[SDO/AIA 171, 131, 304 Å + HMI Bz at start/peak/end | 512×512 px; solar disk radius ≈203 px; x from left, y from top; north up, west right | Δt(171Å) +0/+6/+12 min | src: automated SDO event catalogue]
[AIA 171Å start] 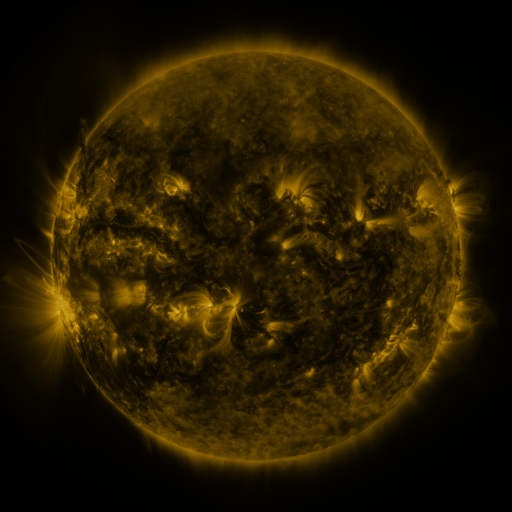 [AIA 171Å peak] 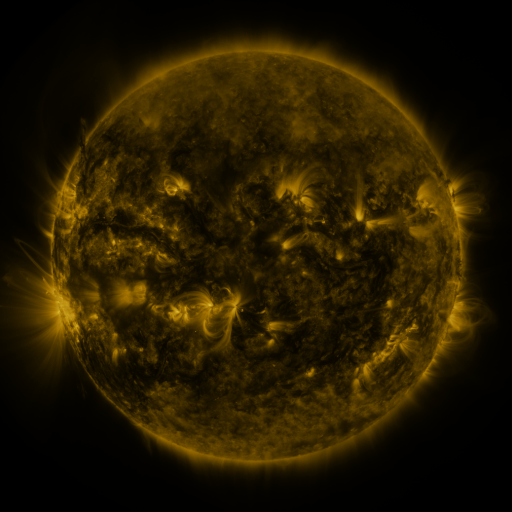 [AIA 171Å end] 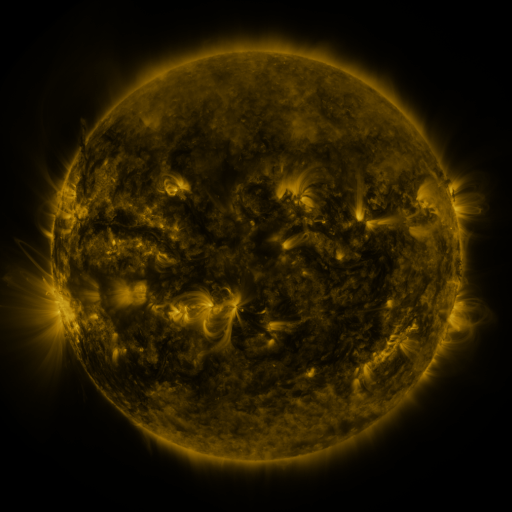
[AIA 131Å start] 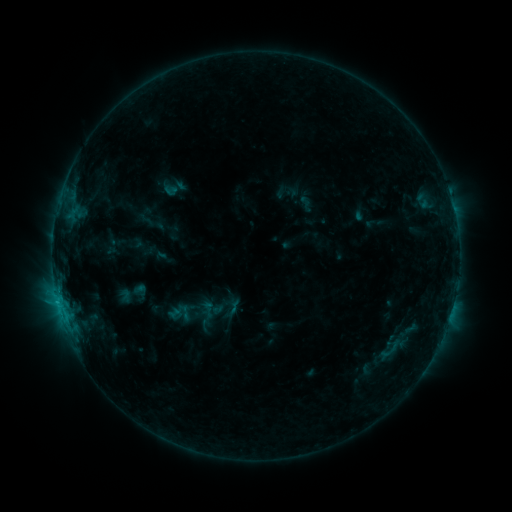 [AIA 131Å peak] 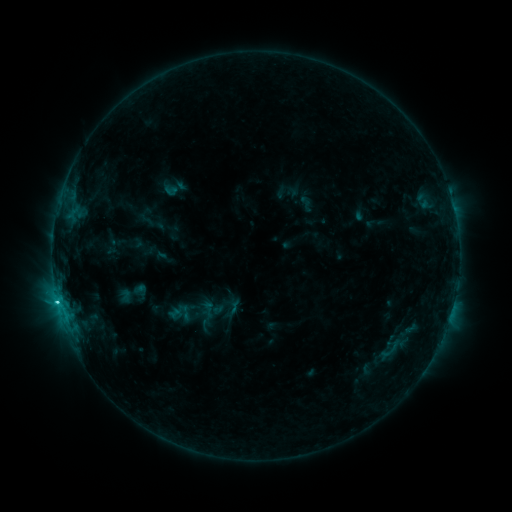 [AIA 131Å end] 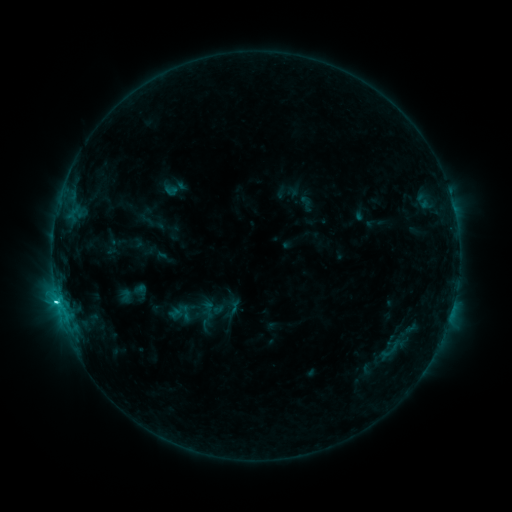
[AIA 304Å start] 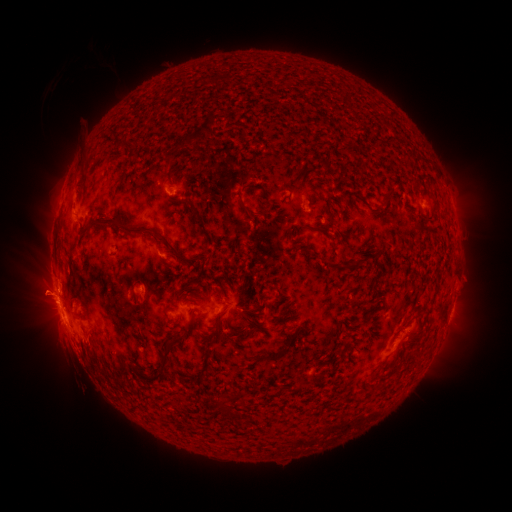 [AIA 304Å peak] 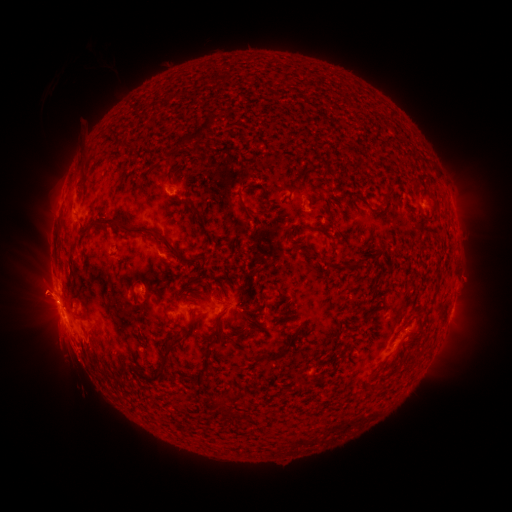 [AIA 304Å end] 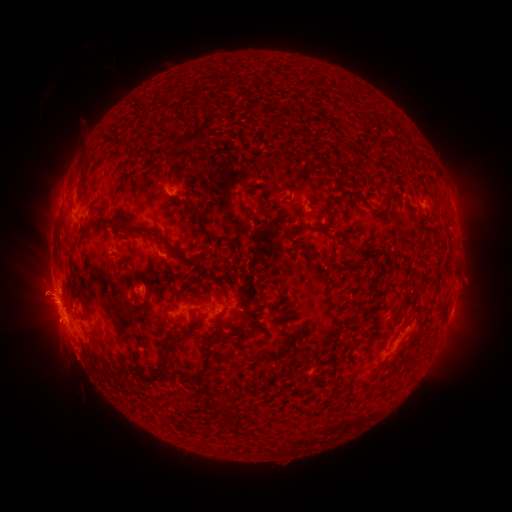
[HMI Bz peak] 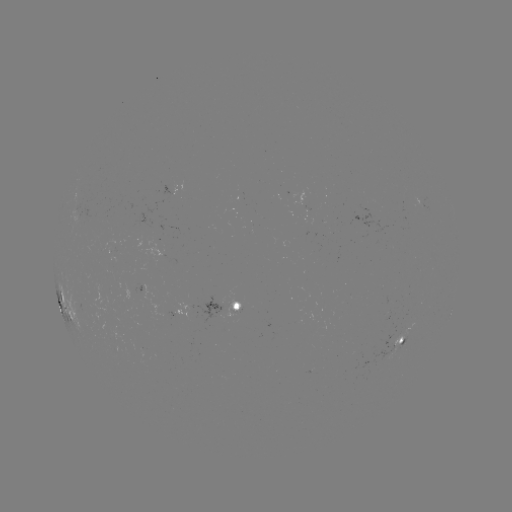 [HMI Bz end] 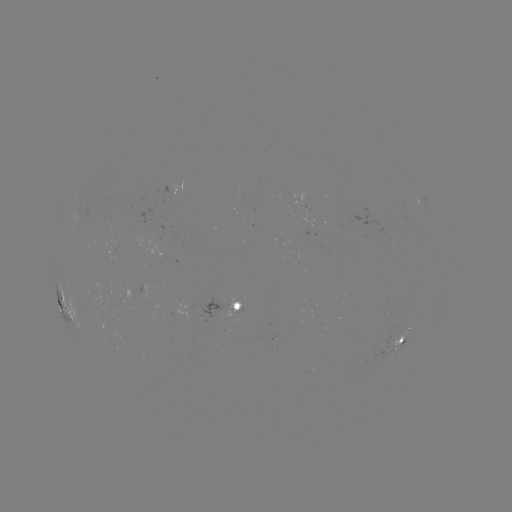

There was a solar flare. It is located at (58, 302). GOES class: C3.6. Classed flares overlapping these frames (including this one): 1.